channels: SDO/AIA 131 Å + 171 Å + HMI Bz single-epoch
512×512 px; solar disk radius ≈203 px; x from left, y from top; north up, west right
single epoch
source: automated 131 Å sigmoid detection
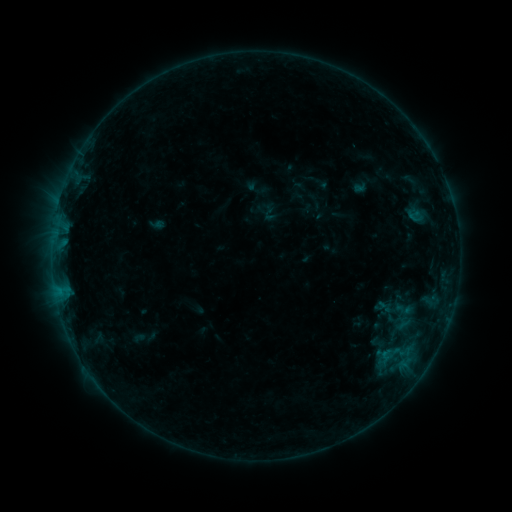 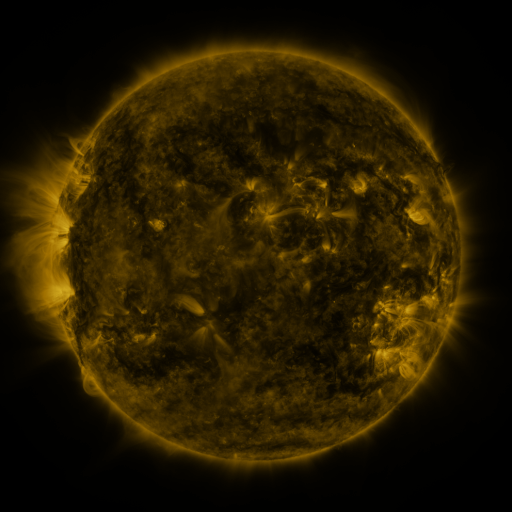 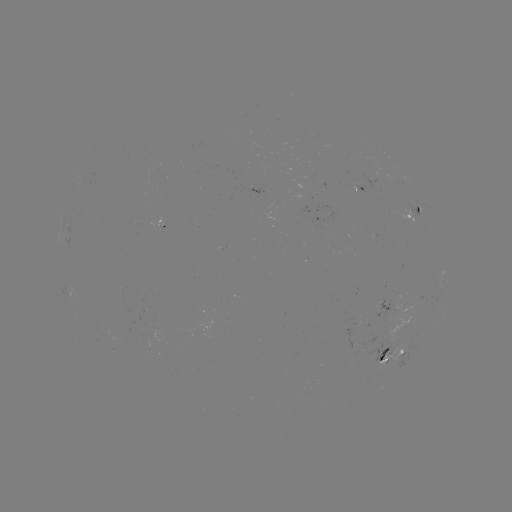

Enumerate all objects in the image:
sigmoid: <bbox>394, 299, 414, 319</bbox>
